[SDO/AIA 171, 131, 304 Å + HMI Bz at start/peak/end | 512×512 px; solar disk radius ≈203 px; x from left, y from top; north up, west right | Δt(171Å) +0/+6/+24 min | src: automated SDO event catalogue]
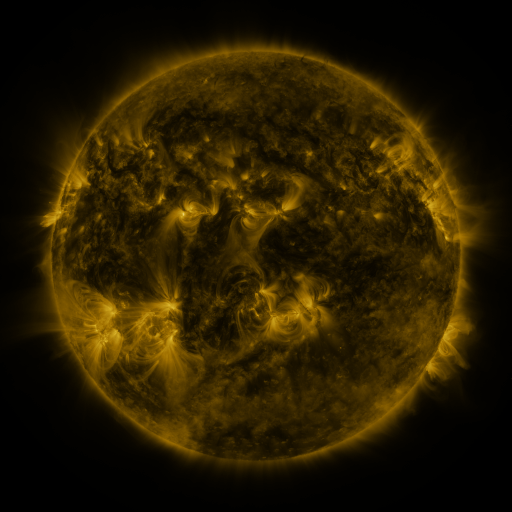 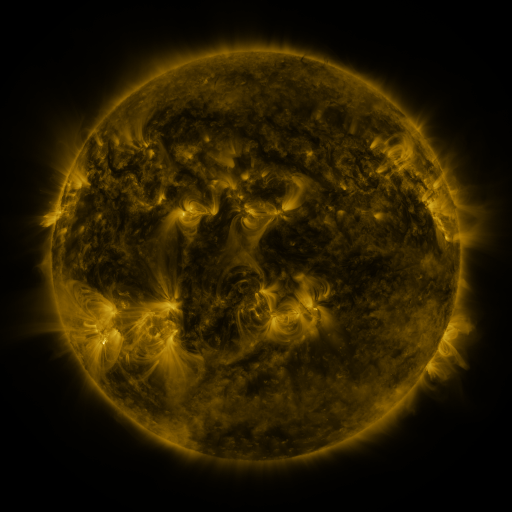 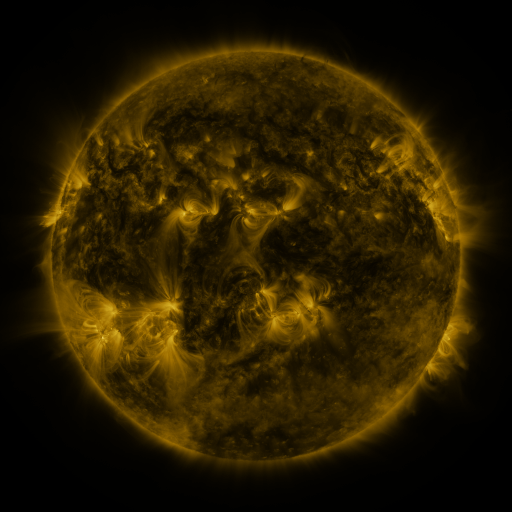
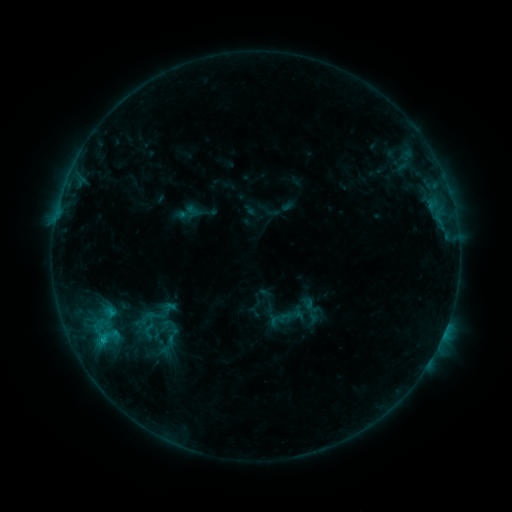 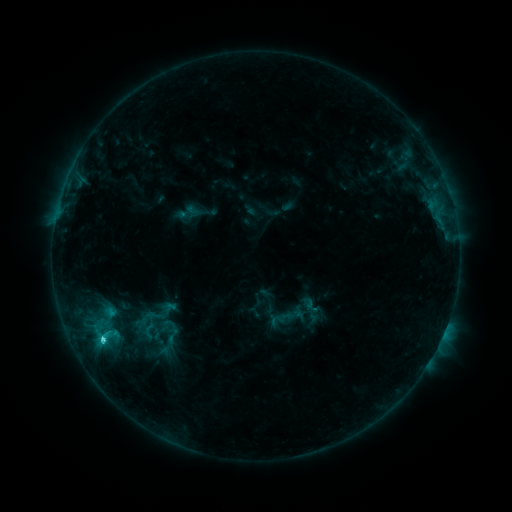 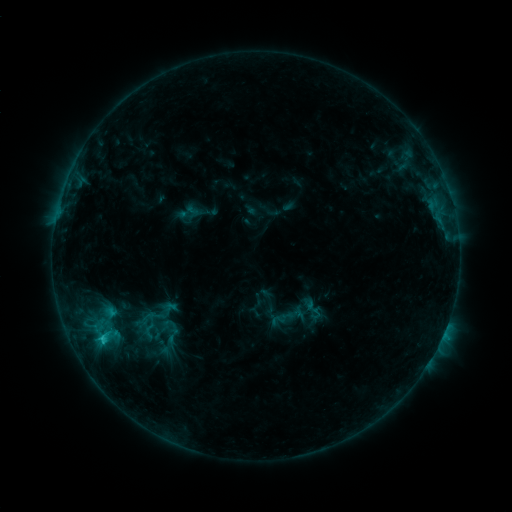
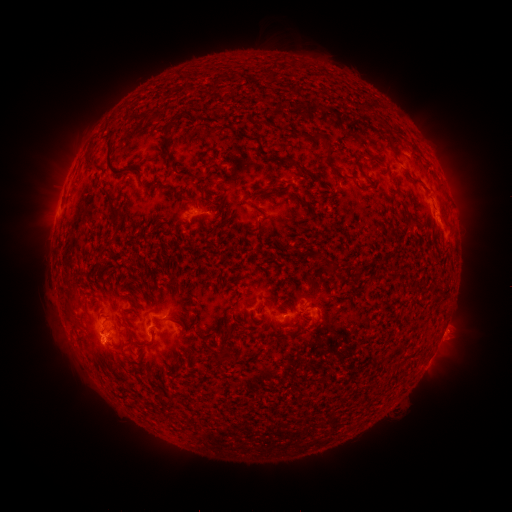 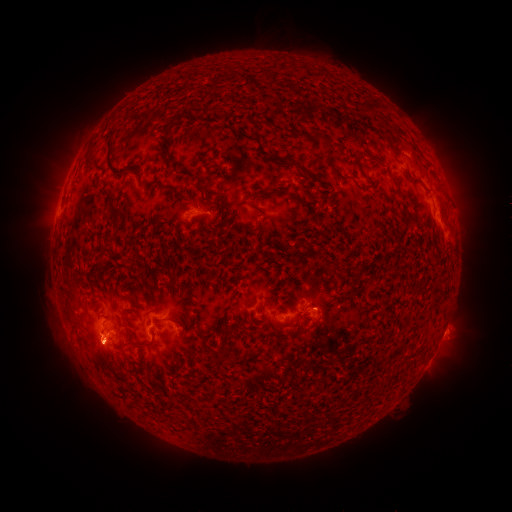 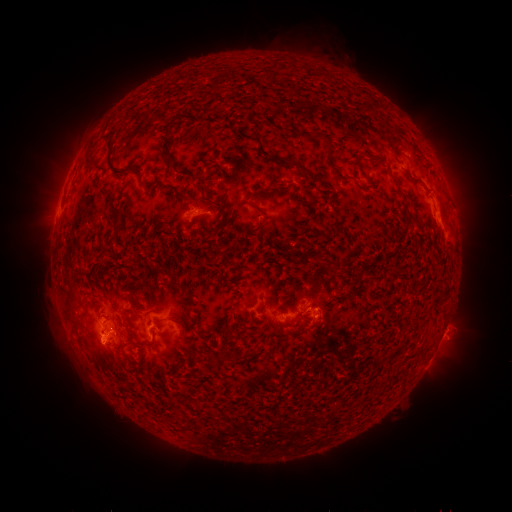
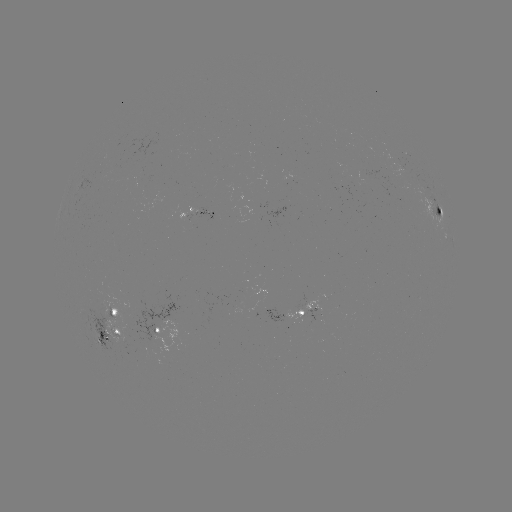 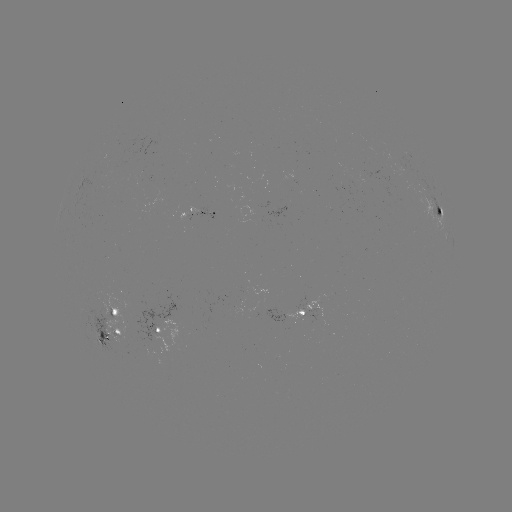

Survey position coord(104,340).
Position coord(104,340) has C1.8 flare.